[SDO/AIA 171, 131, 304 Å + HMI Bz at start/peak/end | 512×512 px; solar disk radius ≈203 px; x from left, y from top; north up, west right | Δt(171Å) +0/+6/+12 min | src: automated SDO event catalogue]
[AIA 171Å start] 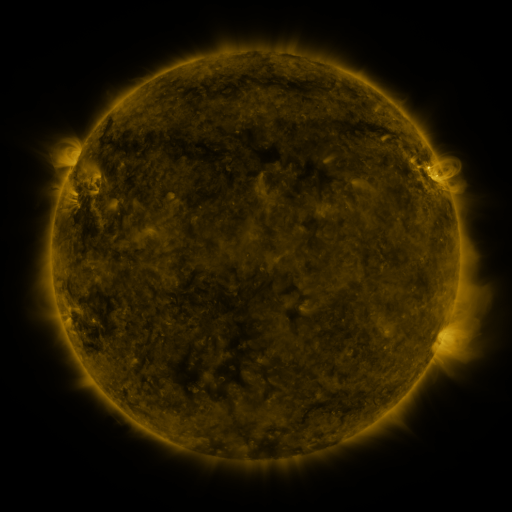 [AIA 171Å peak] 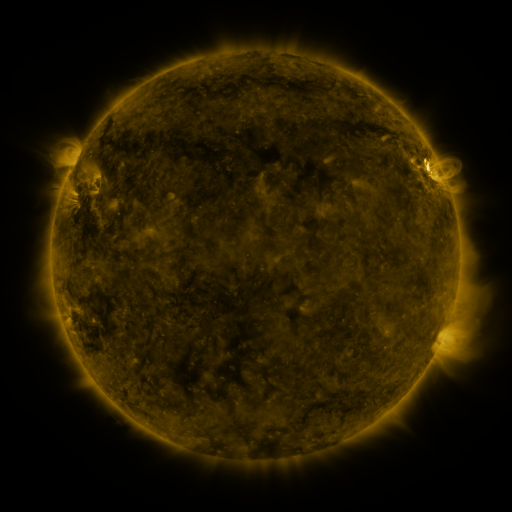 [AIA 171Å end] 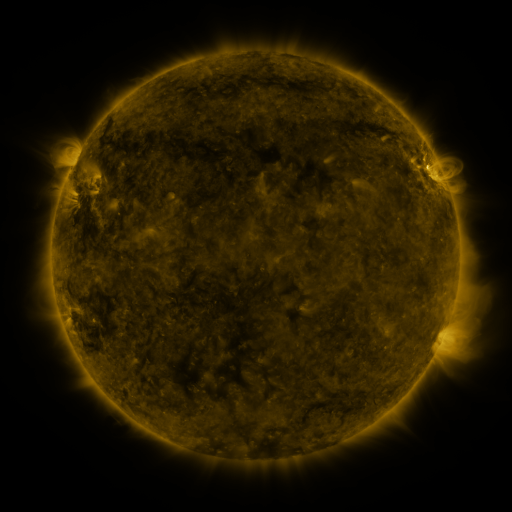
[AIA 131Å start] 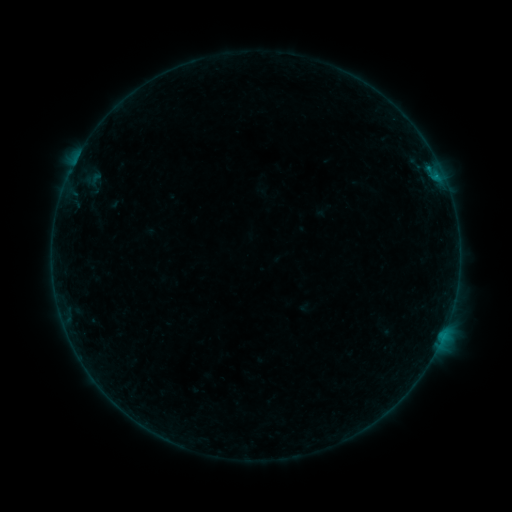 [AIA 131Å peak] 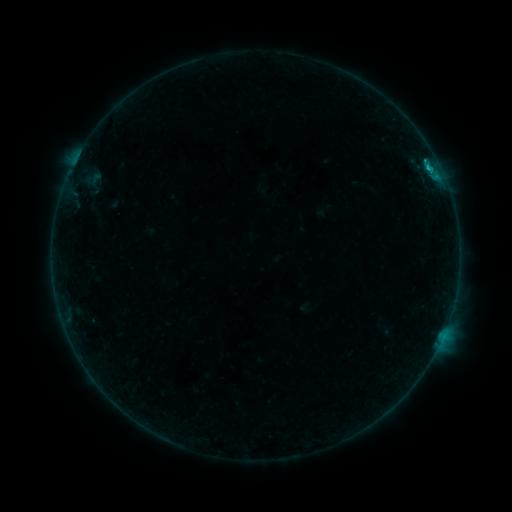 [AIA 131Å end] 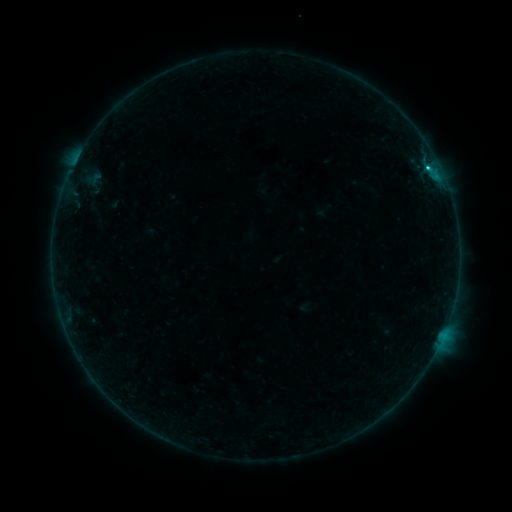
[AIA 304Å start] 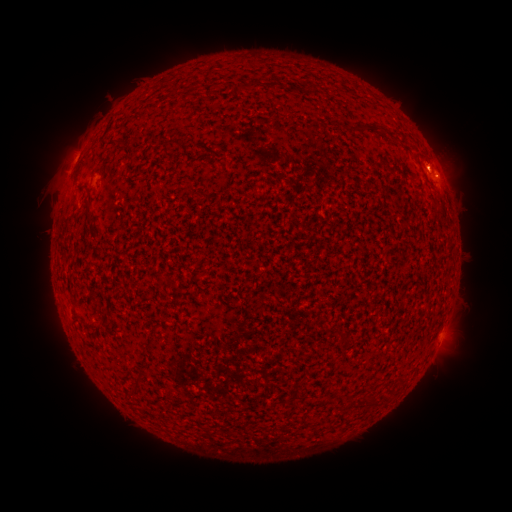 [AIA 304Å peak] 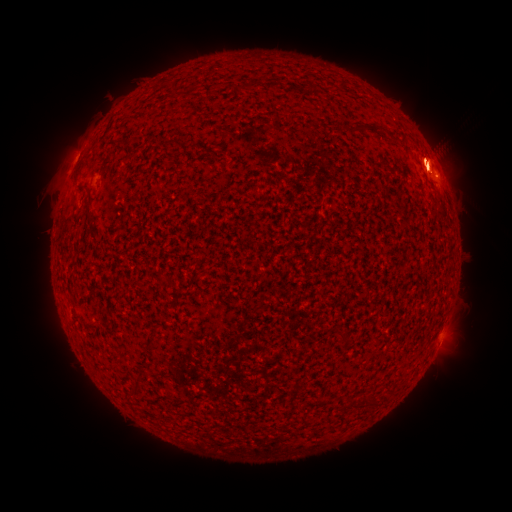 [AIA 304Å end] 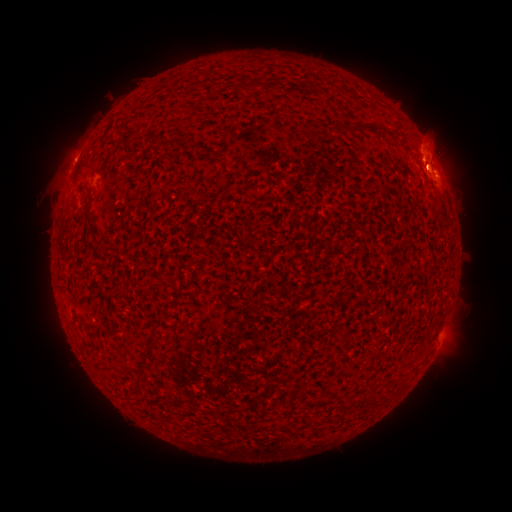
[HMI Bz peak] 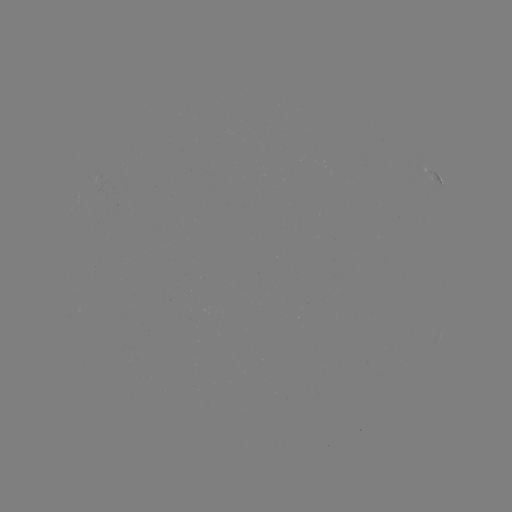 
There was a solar flare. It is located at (427, 167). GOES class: C1.5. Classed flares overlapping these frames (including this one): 1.